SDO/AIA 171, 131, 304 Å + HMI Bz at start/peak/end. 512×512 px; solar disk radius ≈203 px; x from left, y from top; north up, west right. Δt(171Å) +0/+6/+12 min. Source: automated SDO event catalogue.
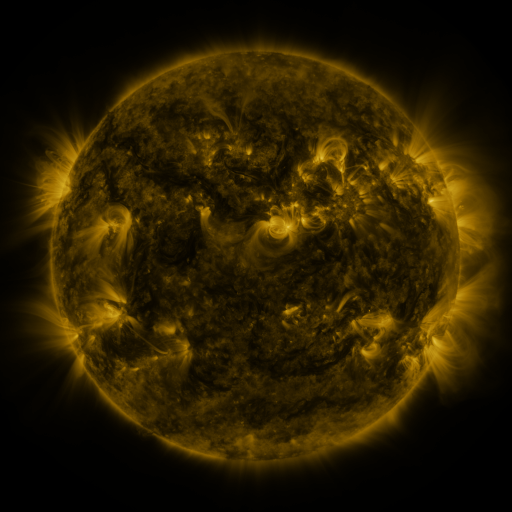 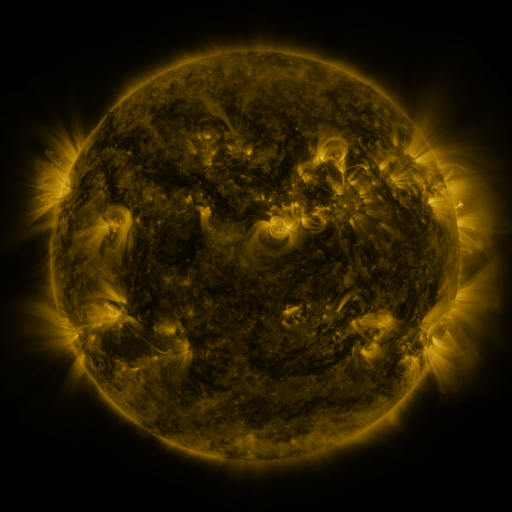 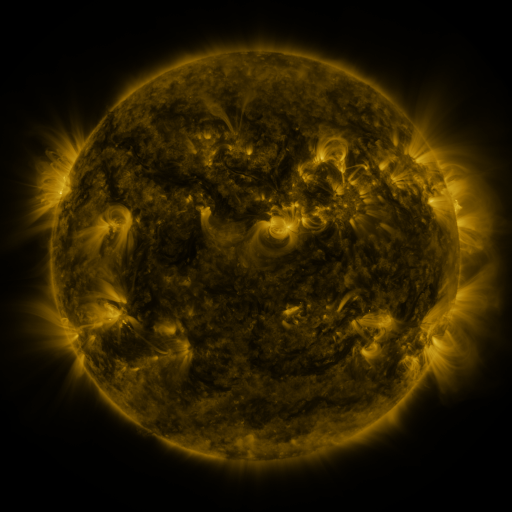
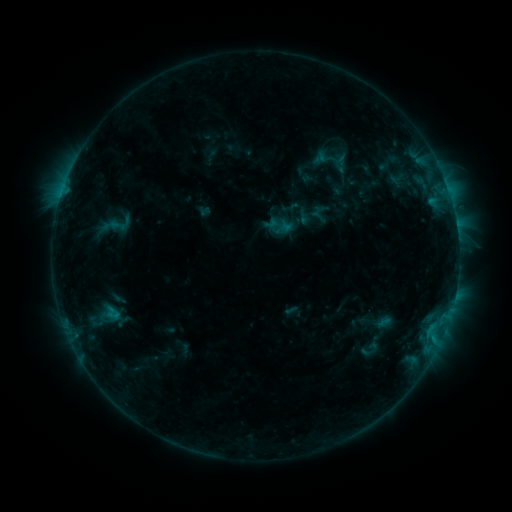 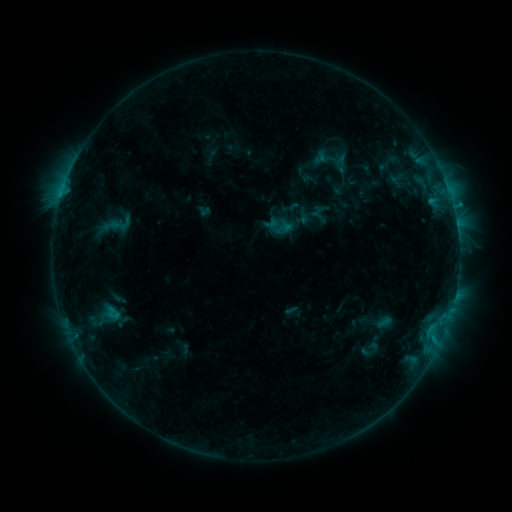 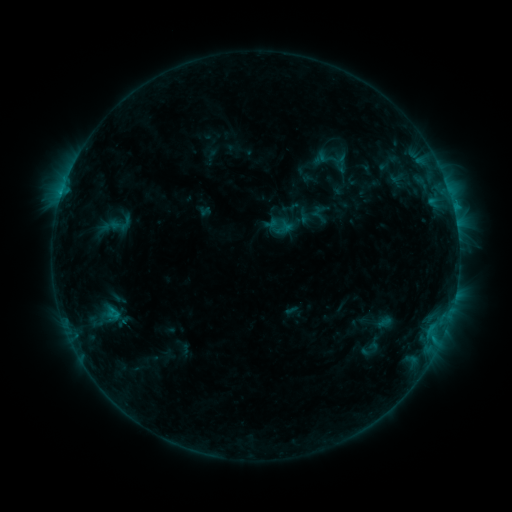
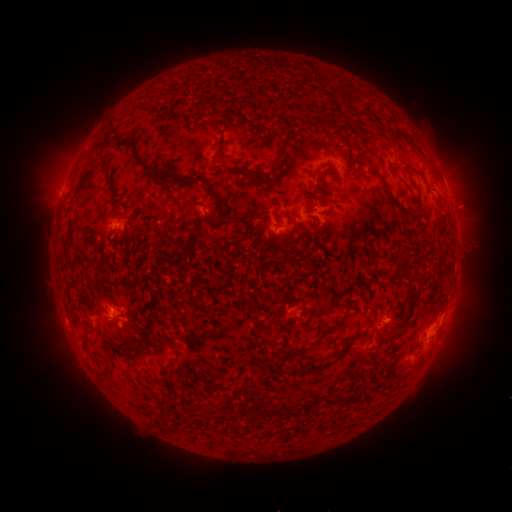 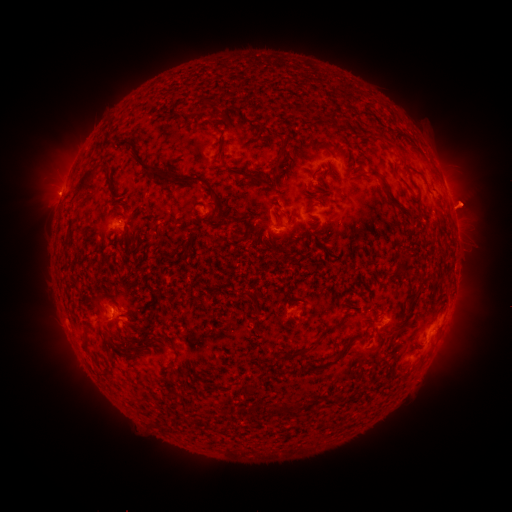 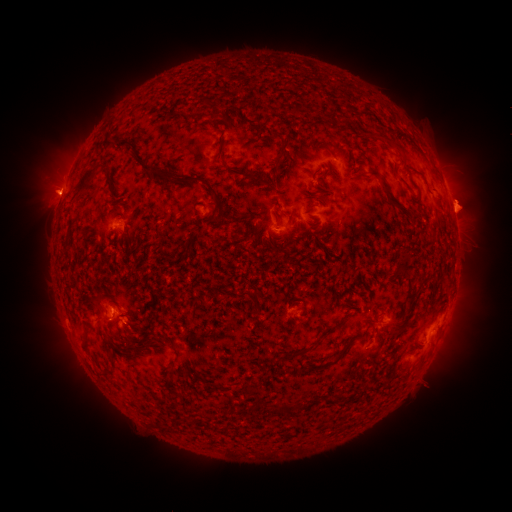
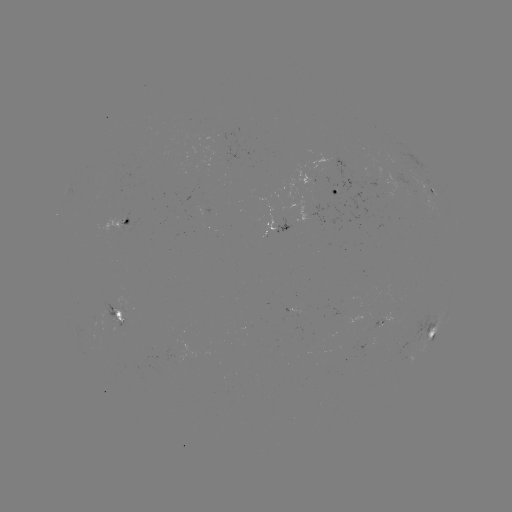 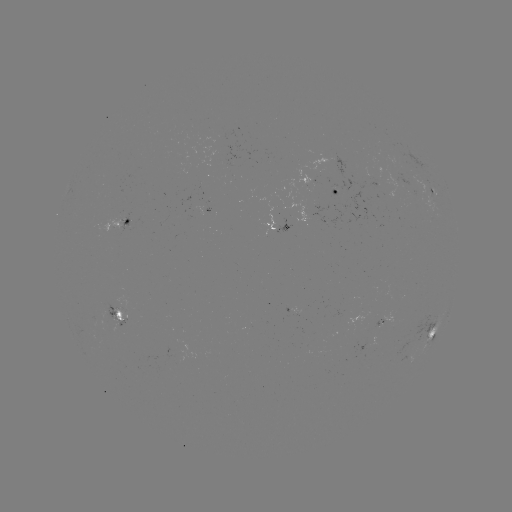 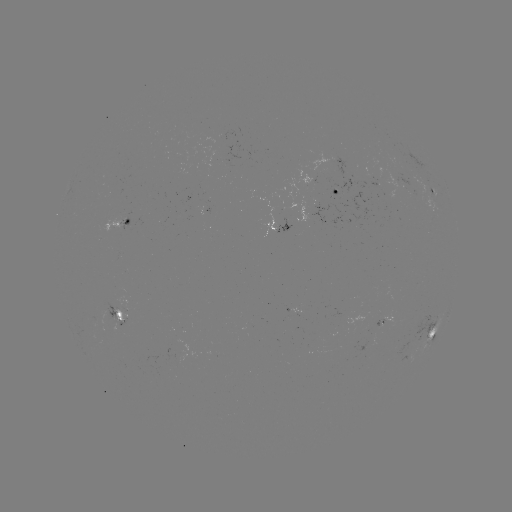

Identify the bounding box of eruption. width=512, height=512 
[24, 167, 80, 217].